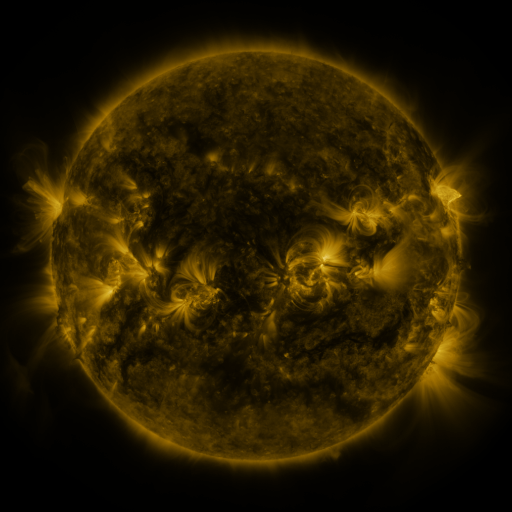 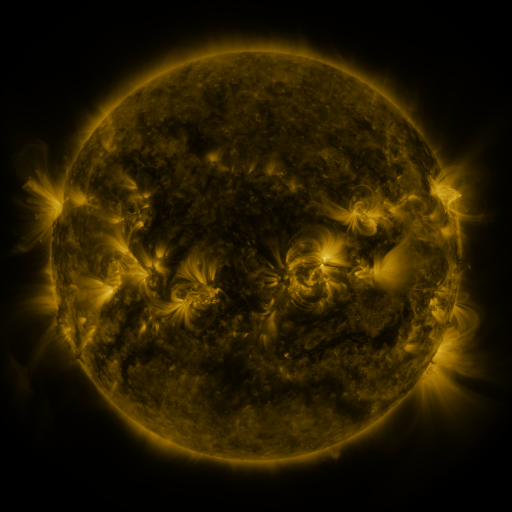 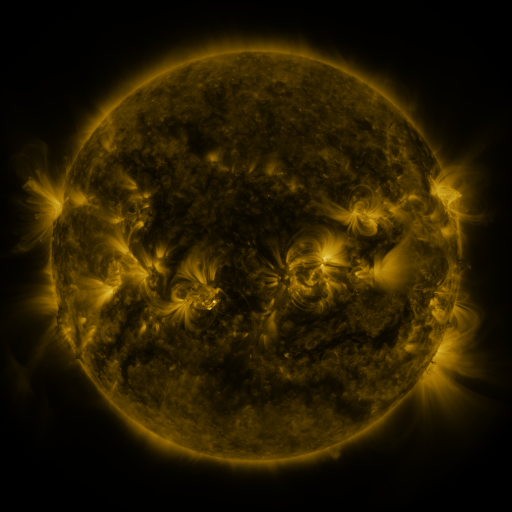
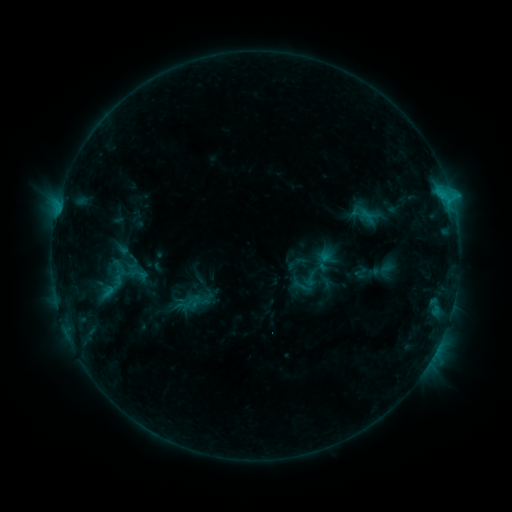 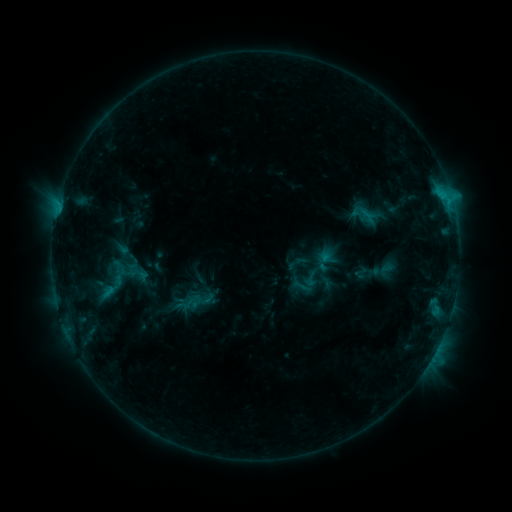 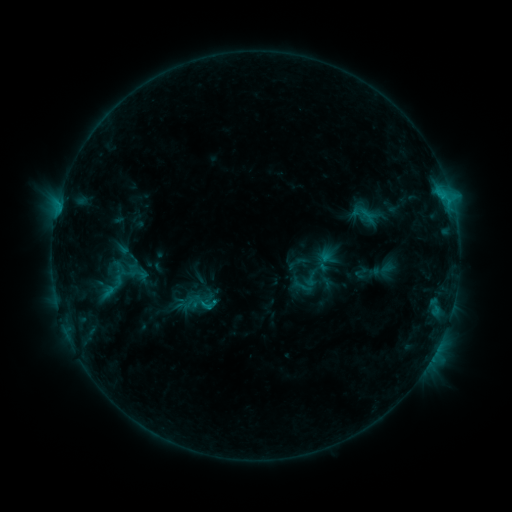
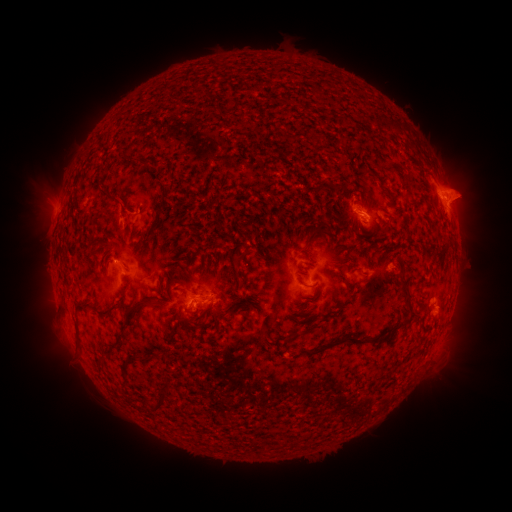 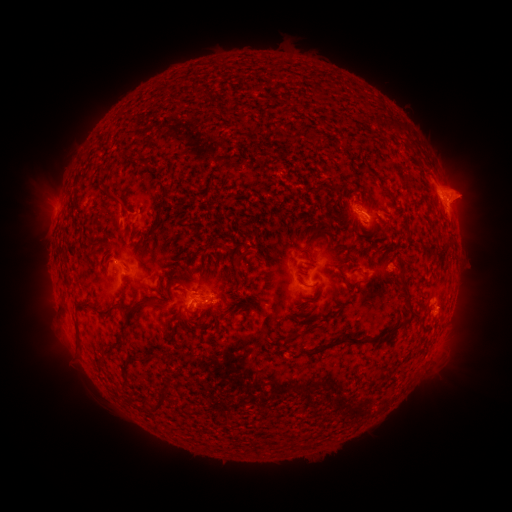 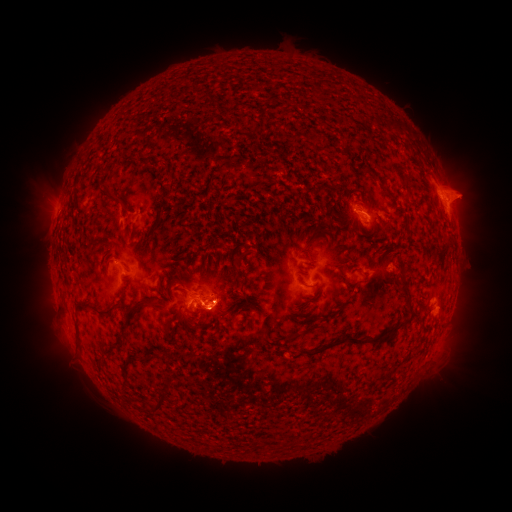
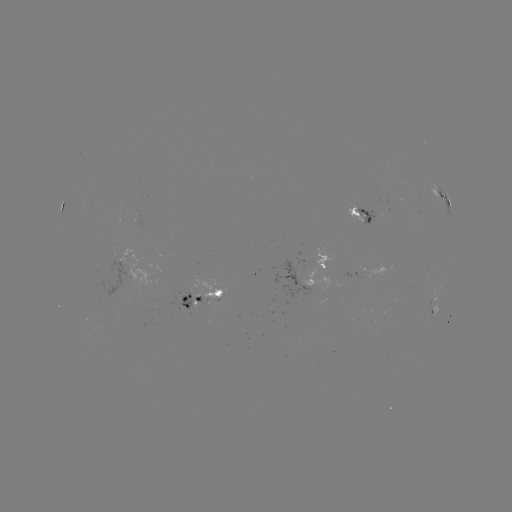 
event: eruption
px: (216, 271)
